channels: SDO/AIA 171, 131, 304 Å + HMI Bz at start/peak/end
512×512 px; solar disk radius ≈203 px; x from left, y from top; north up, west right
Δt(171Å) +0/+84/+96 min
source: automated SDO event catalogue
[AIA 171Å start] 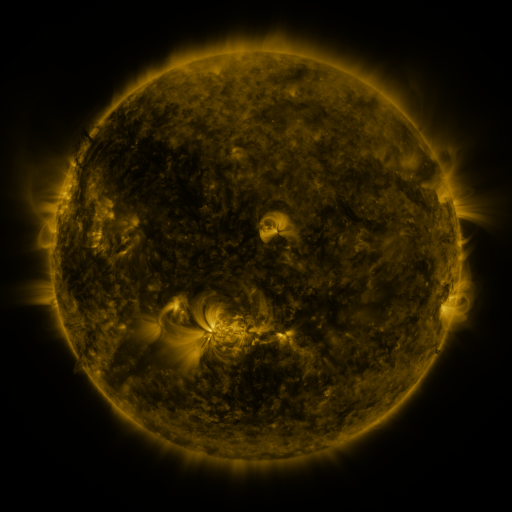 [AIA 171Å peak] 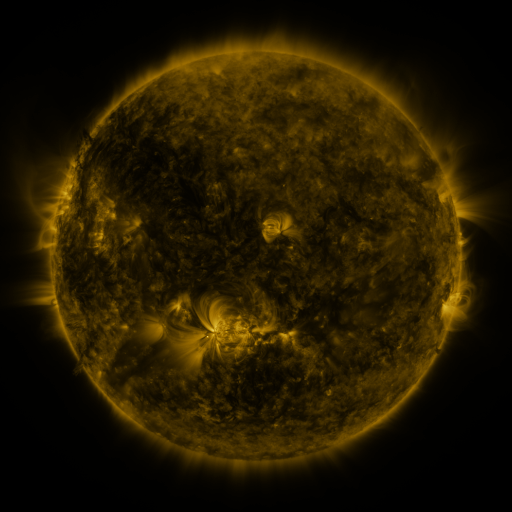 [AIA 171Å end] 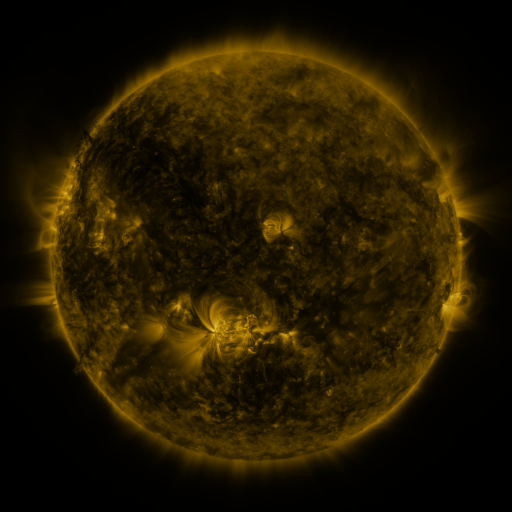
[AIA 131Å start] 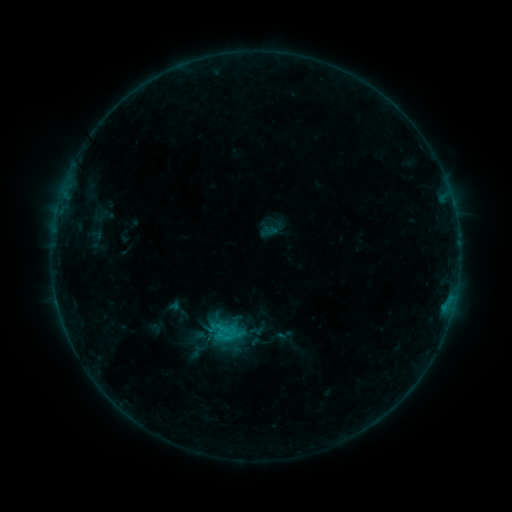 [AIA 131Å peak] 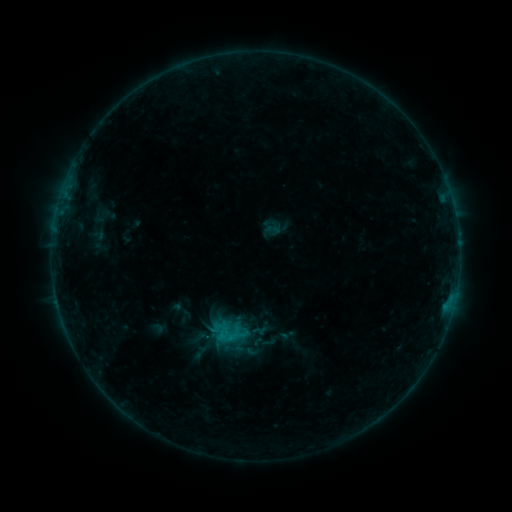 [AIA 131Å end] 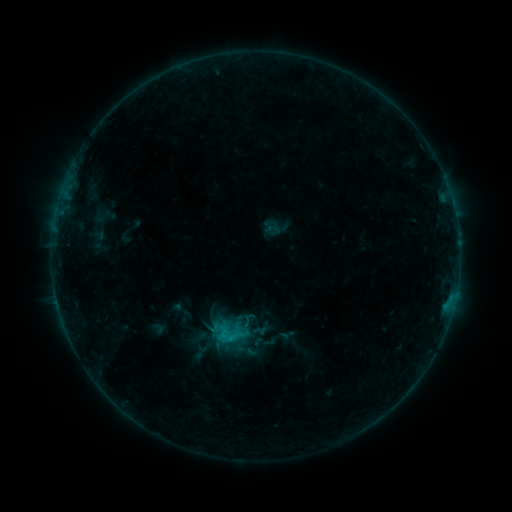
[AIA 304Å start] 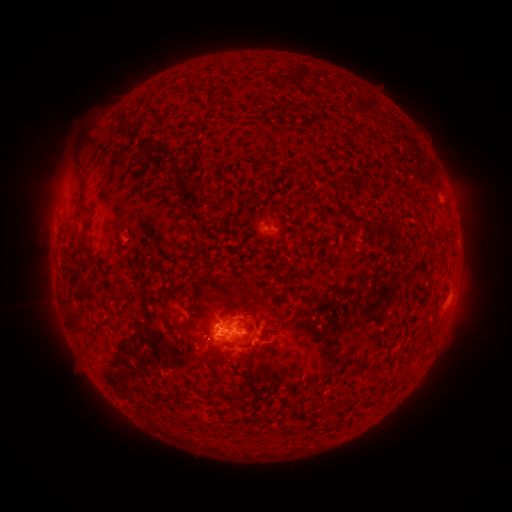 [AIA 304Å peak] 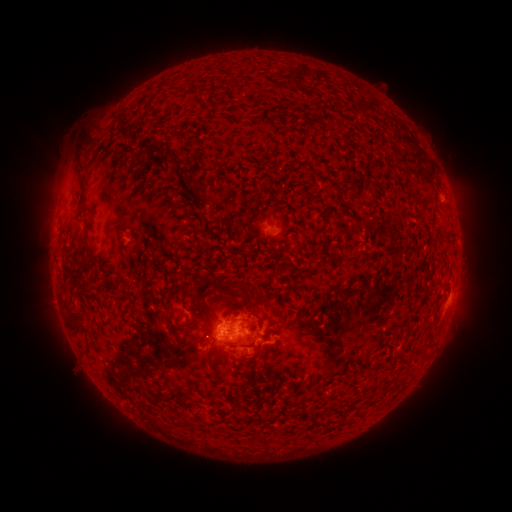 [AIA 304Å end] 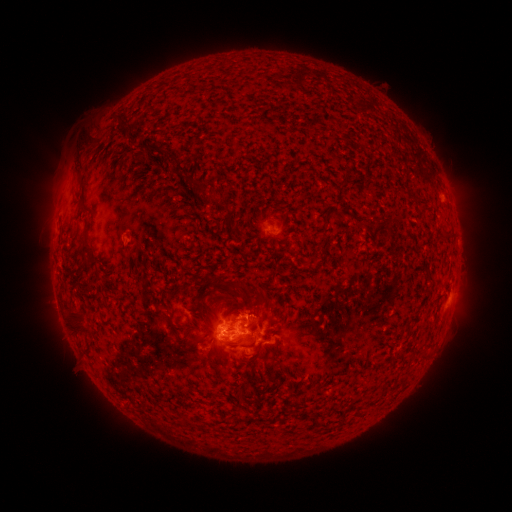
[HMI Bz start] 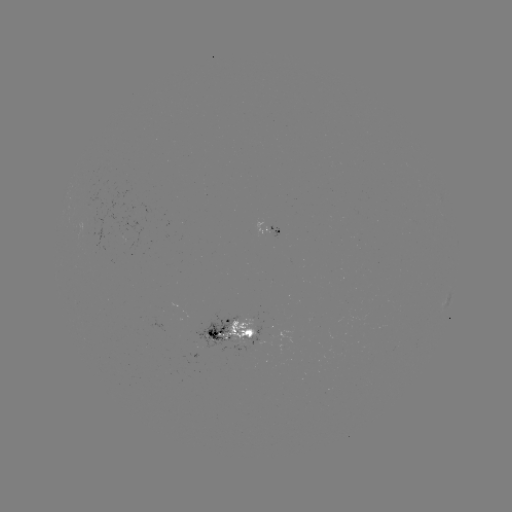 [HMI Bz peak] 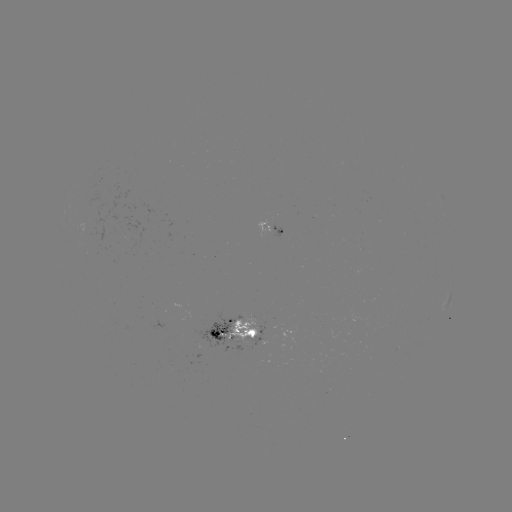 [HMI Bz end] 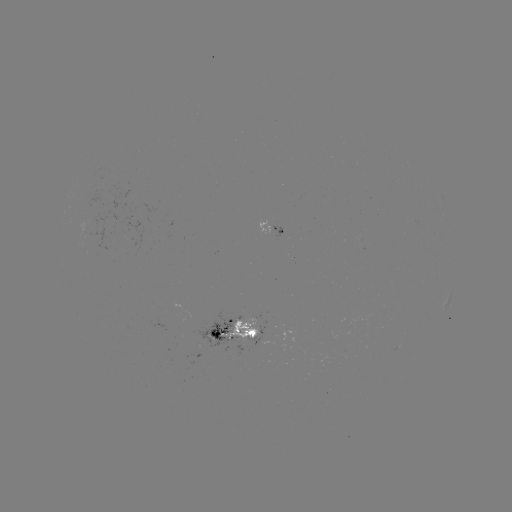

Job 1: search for emerging-flux region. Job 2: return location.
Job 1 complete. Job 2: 236,339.